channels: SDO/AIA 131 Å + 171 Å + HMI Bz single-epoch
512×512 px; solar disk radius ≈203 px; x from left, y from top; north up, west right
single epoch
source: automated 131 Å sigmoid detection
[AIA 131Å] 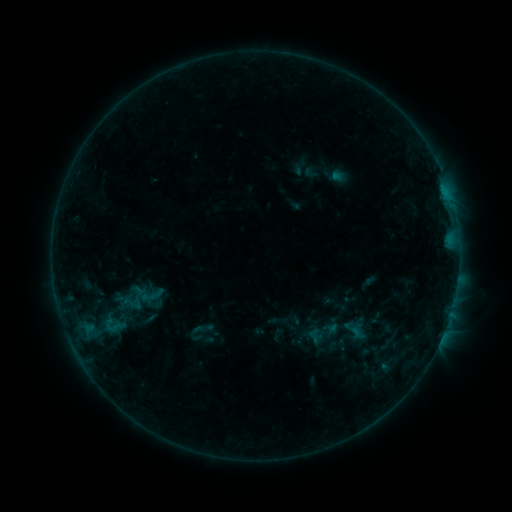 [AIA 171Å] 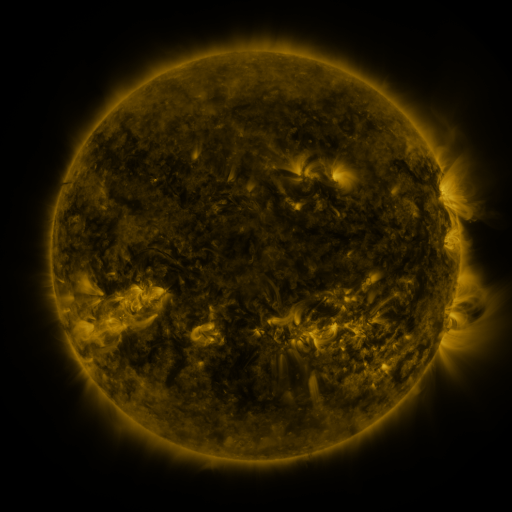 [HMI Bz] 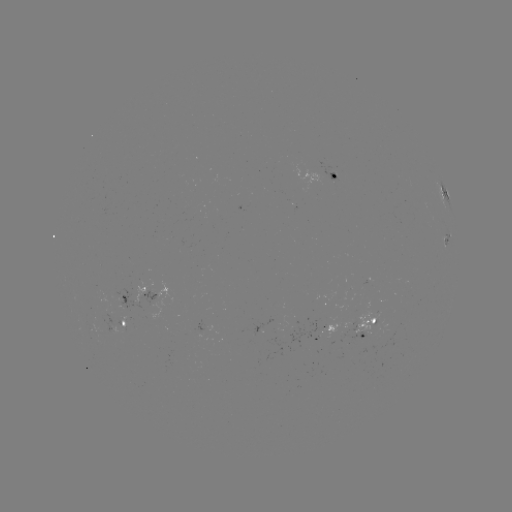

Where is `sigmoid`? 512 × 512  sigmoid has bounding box [343, 320, 363, 339].